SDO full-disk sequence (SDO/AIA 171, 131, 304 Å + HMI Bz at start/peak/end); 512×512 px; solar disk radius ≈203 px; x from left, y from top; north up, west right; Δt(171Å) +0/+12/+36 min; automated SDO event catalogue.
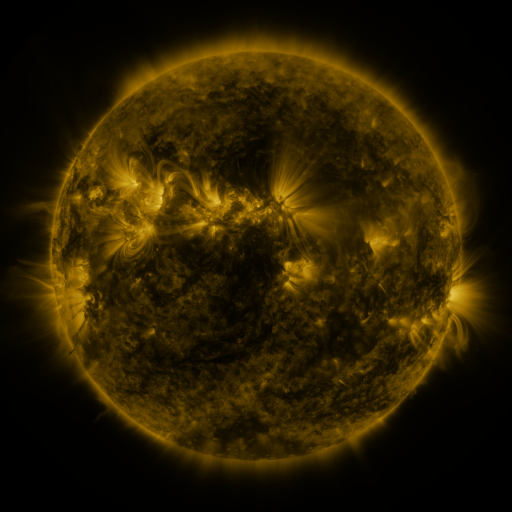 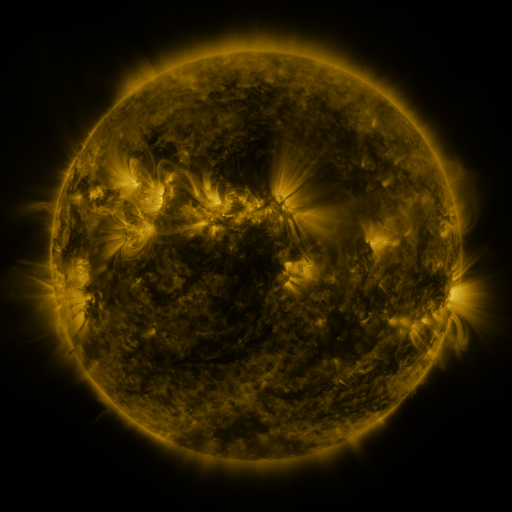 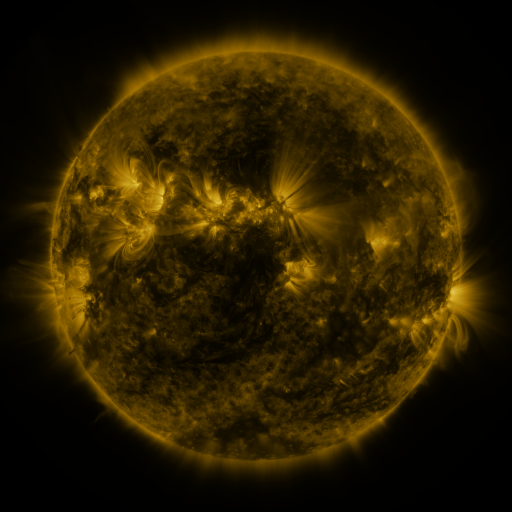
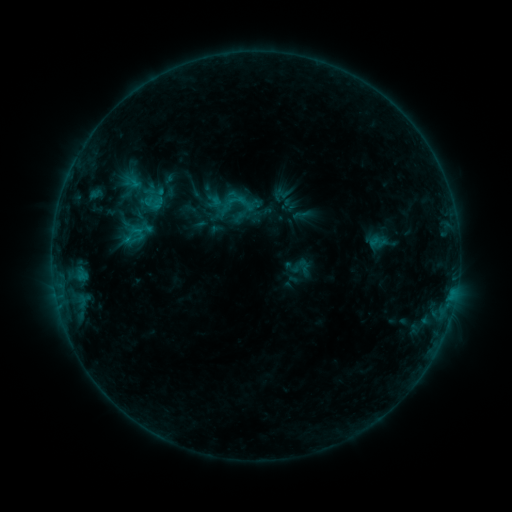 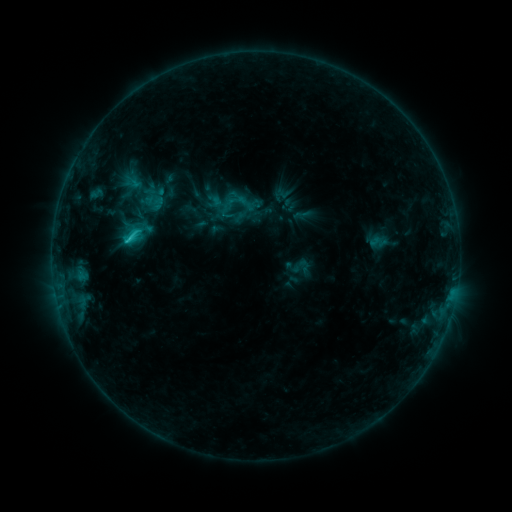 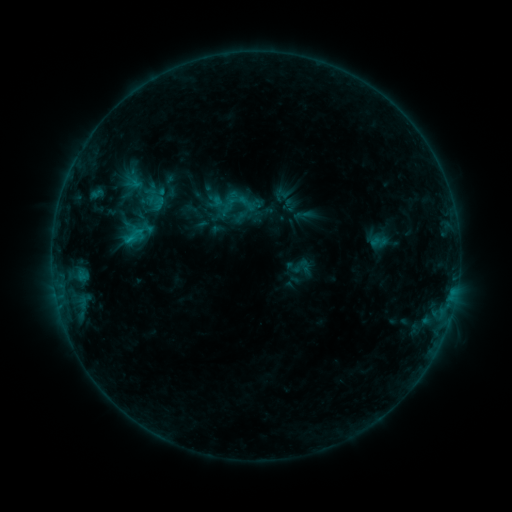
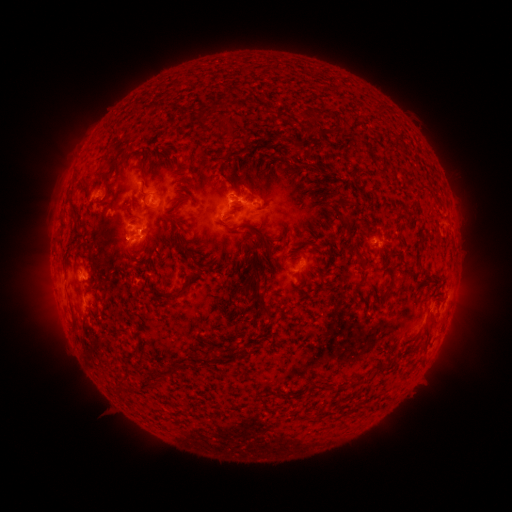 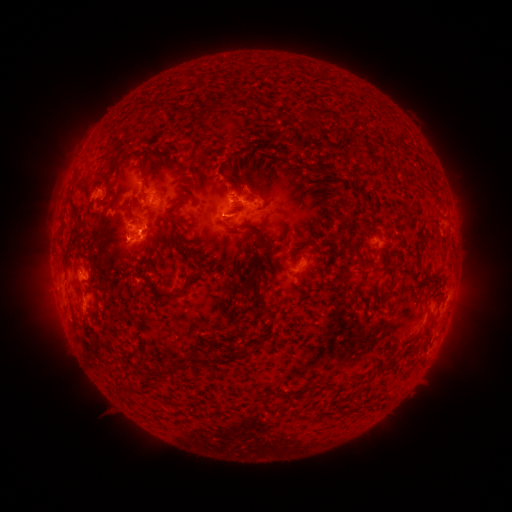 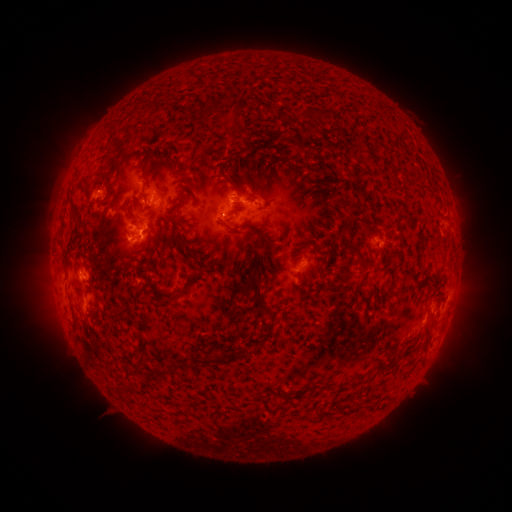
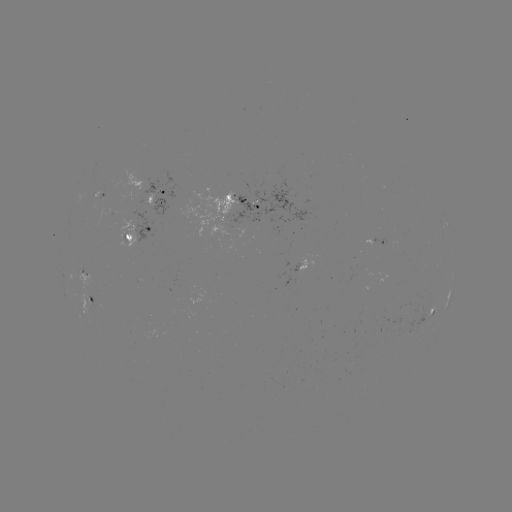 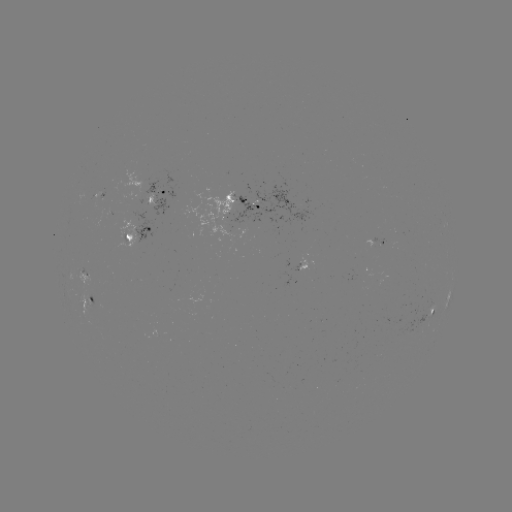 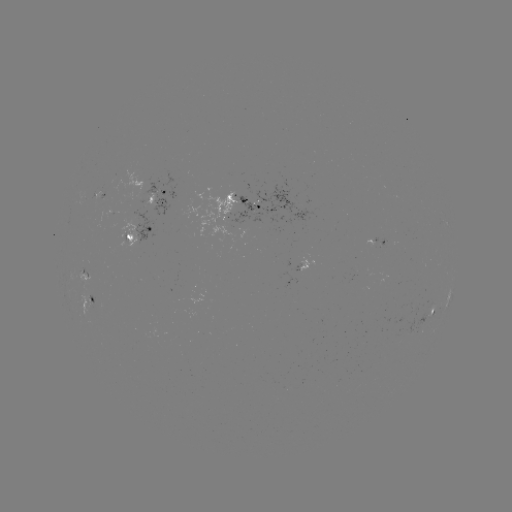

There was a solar flare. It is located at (130, 238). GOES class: C1.6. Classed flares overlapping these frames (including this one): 1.